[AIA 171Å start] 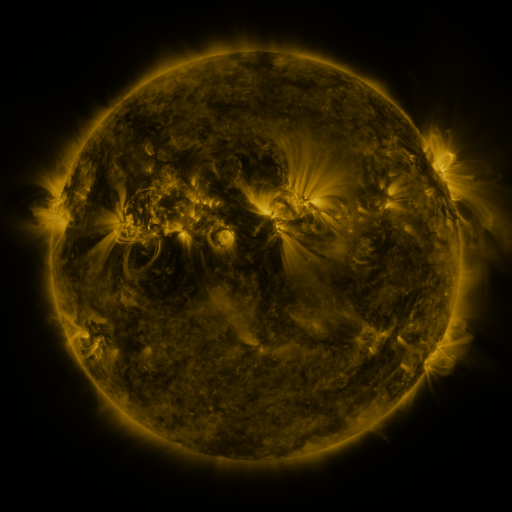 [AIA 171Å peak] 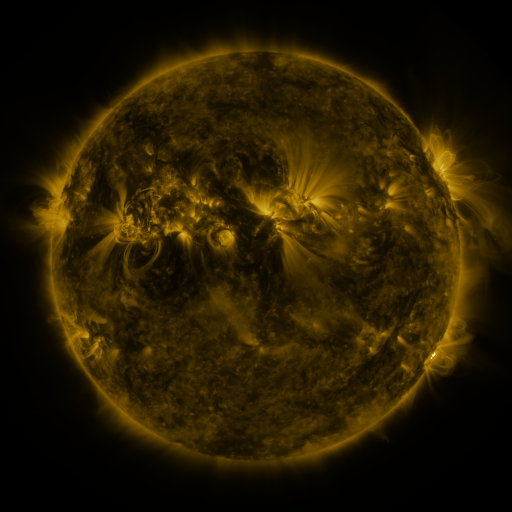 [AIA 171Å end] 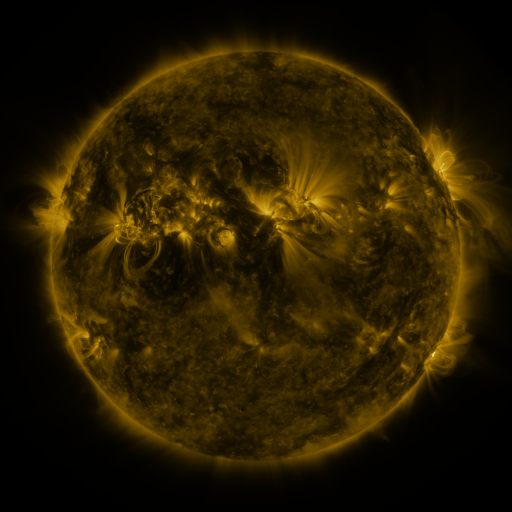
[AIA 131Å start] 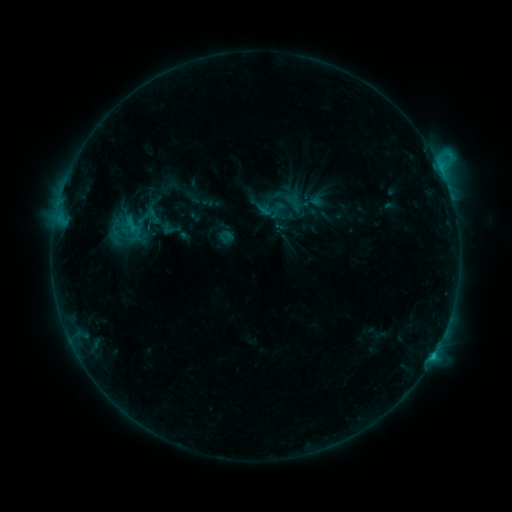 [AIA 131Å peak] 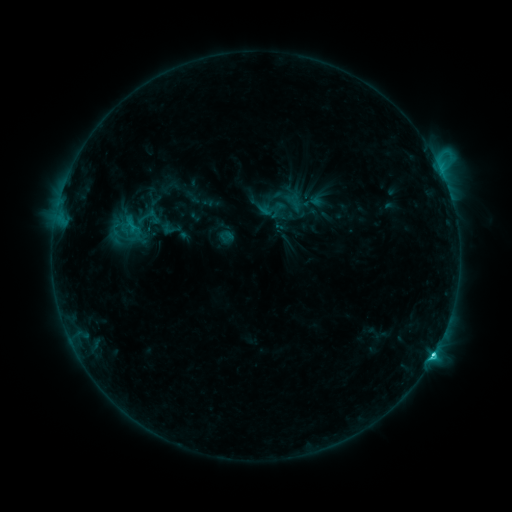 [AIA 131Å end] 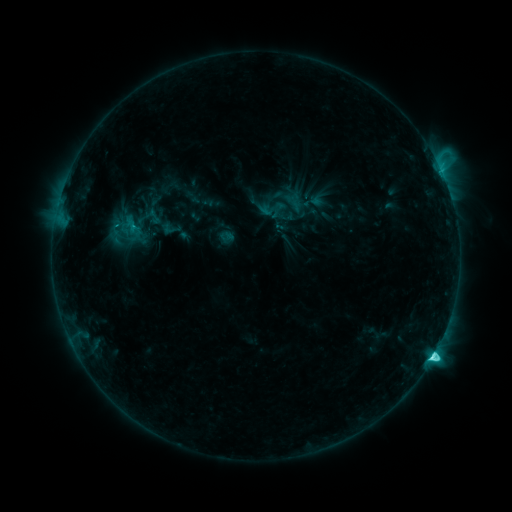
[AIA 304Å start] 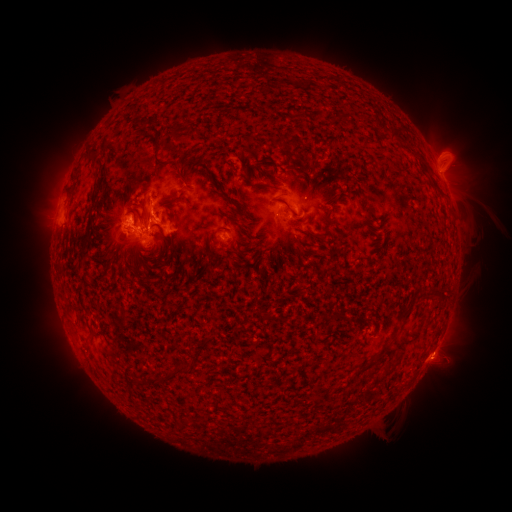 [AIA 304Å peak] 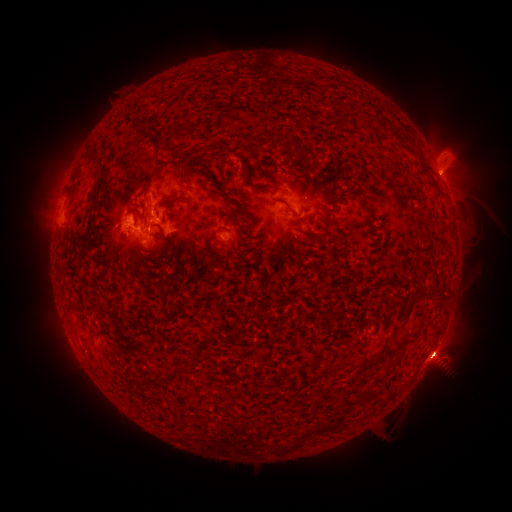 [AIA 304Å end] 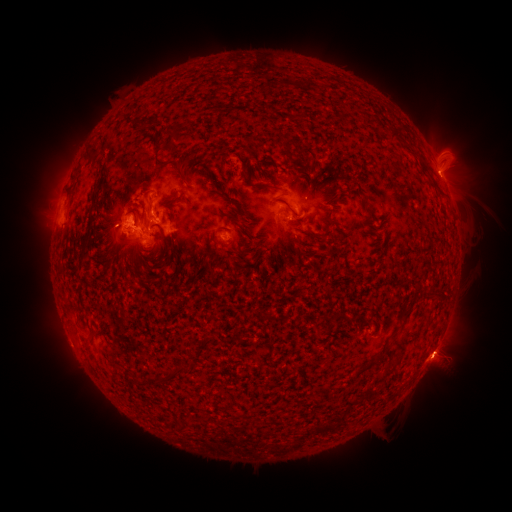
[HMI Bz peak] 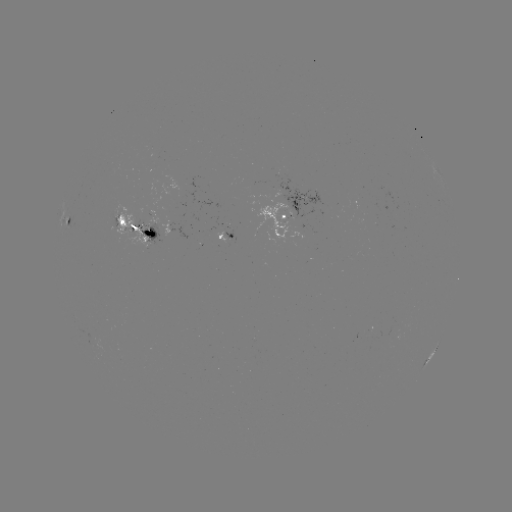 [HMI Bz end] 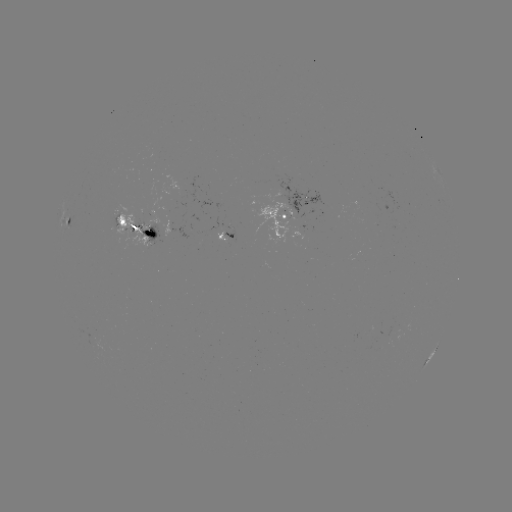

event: eruption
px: (447, 171)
